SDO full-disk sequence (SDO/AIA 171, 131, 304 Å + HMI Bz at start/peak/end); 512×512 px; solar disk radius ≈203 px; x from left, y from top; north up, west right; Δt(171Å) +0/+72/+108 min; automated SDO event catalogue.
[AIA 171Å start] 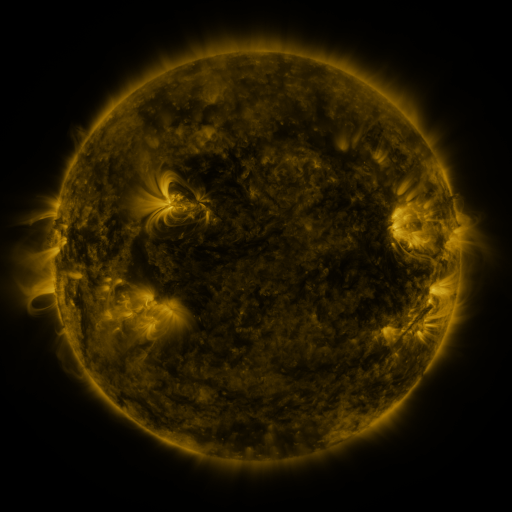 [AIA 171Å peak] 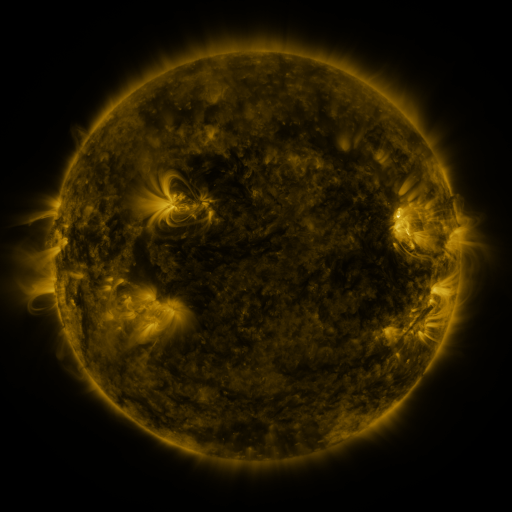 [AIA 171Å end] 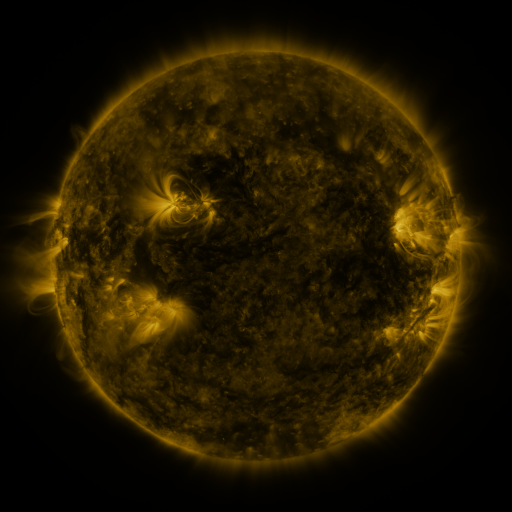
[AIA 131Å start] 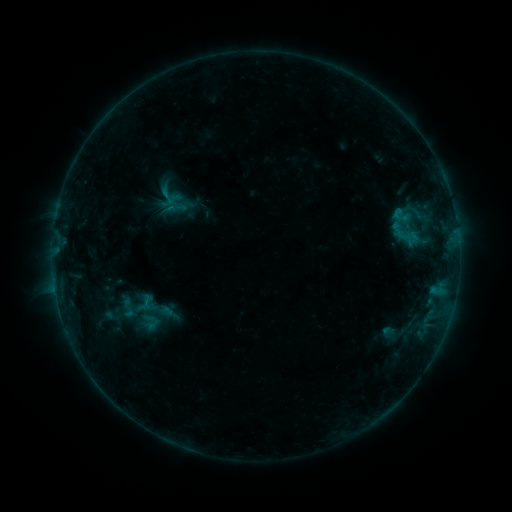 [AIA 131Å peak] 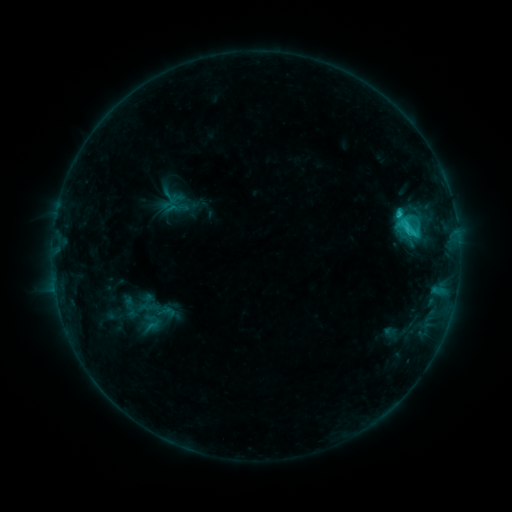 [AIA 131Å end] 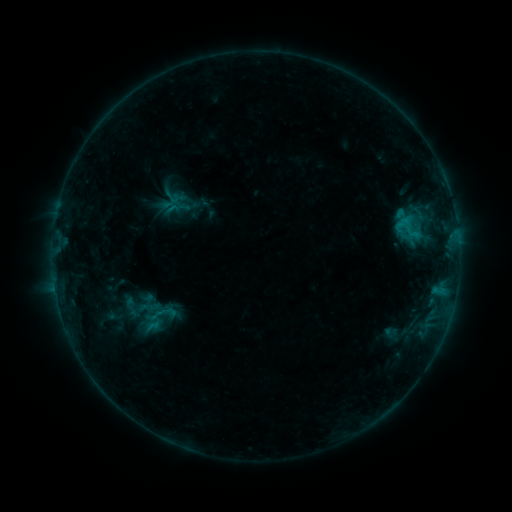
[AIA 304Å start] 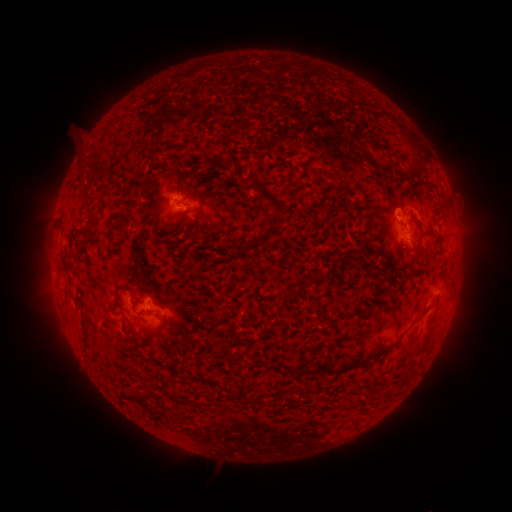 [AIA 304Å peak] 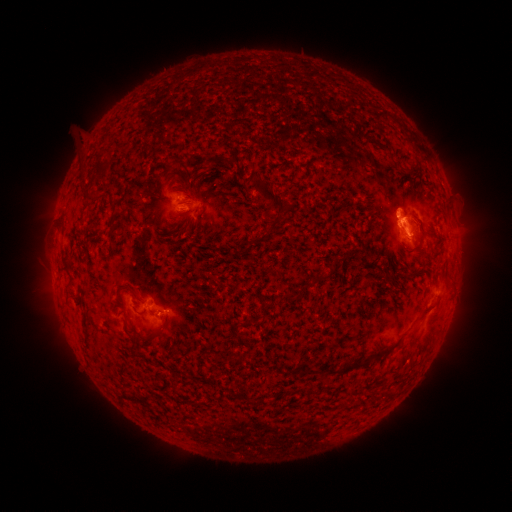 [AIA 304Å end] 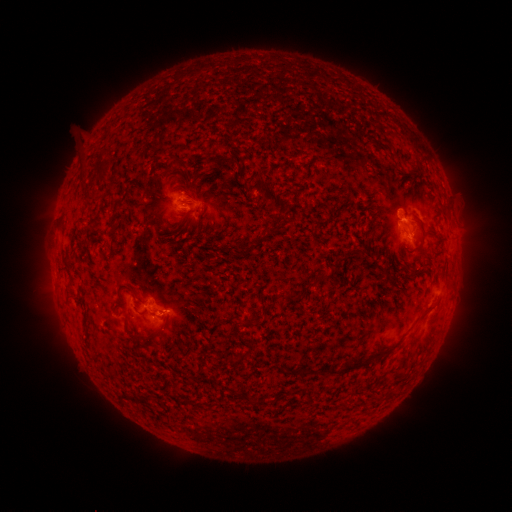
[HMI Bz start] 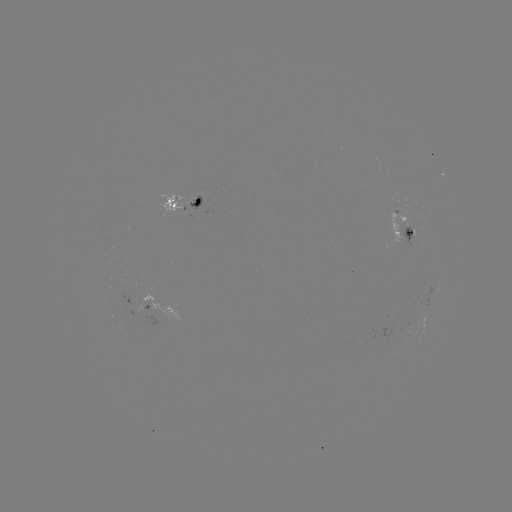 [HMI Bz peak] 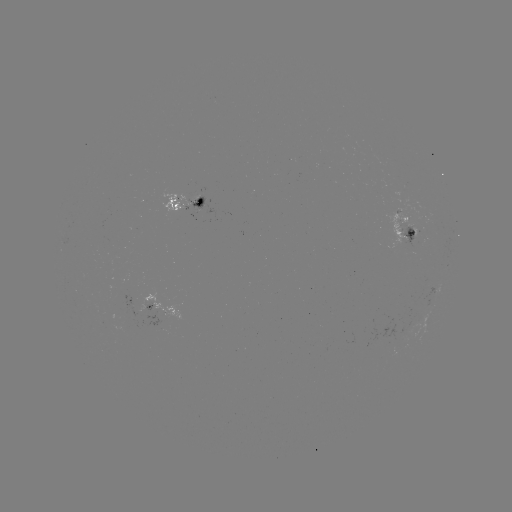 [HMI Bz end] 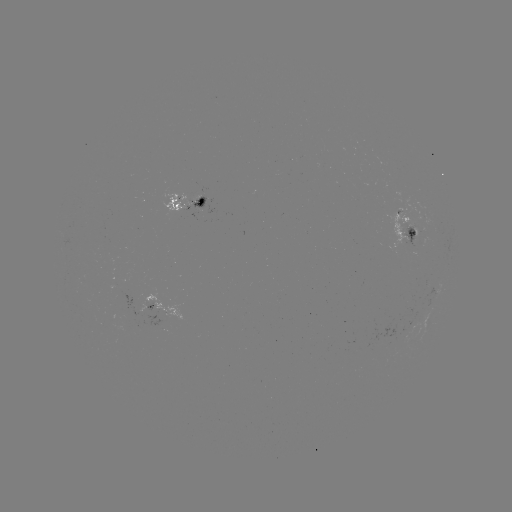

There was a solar emerging-flux region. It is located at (414, 233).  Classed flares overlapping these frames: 1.